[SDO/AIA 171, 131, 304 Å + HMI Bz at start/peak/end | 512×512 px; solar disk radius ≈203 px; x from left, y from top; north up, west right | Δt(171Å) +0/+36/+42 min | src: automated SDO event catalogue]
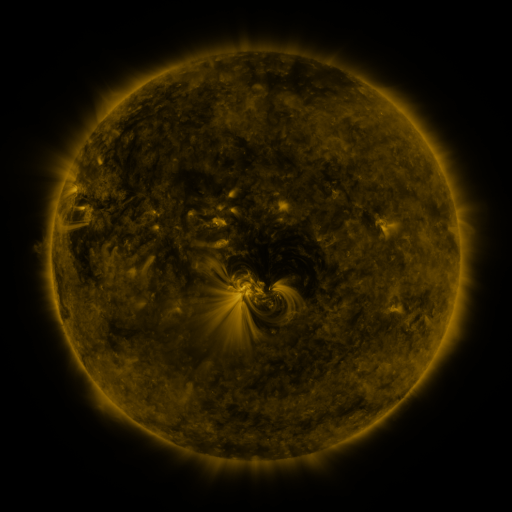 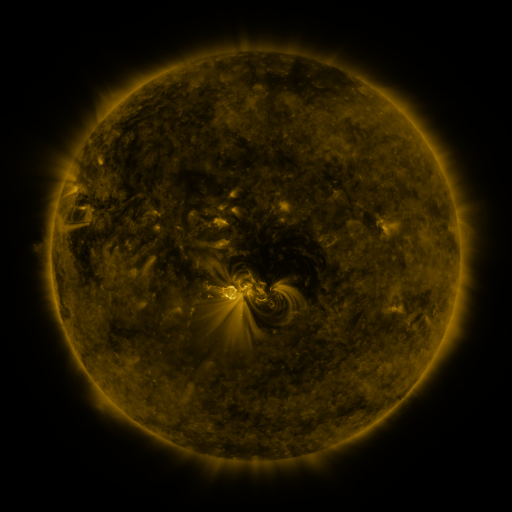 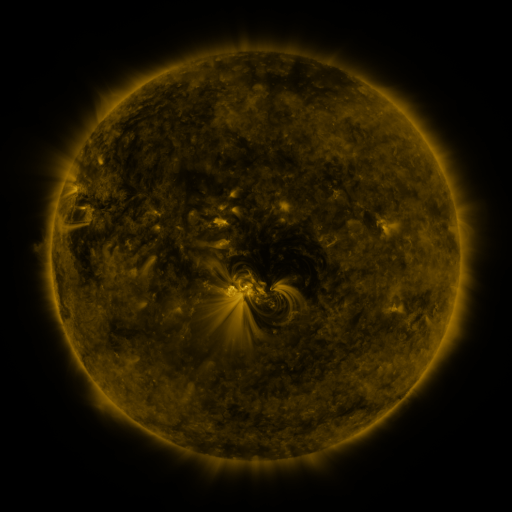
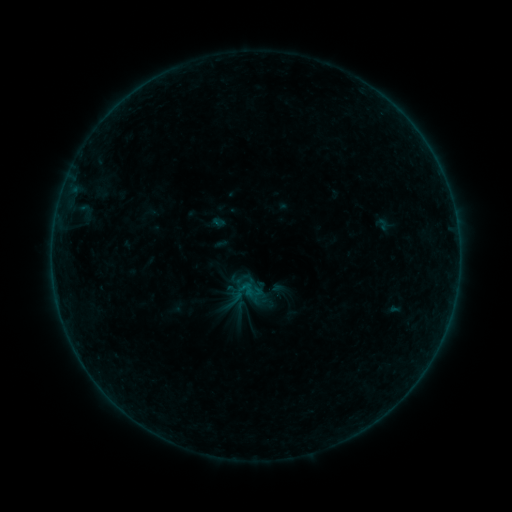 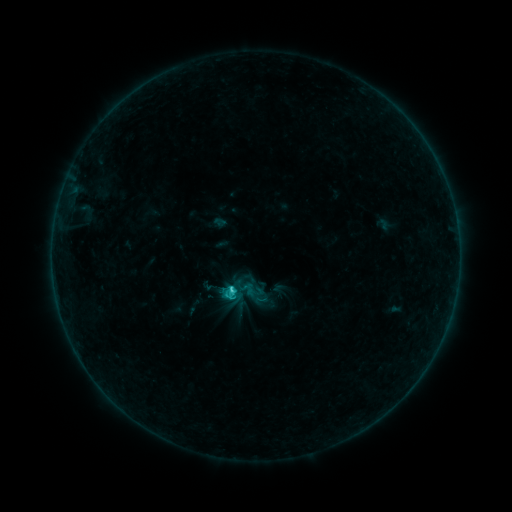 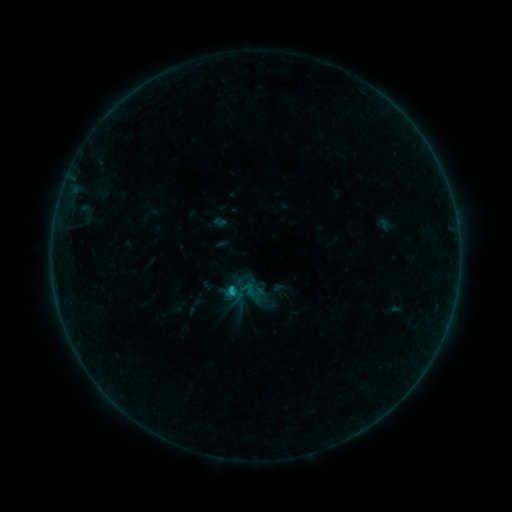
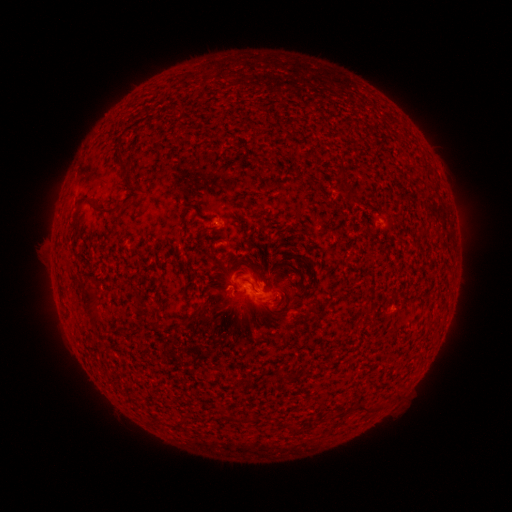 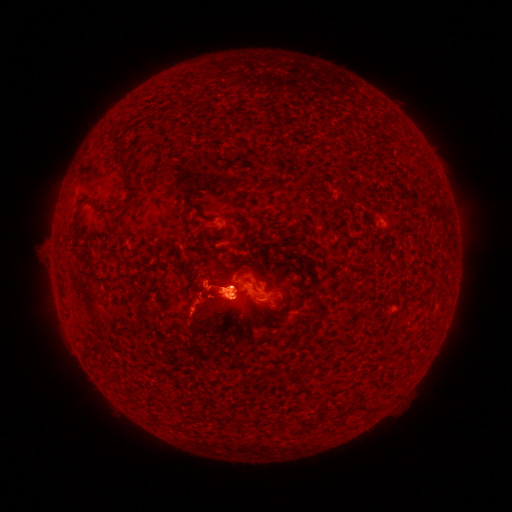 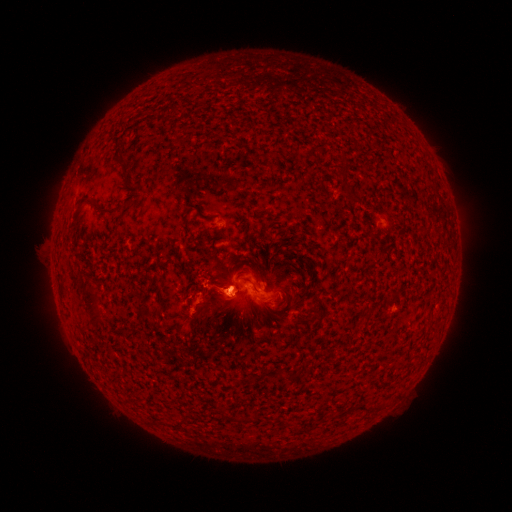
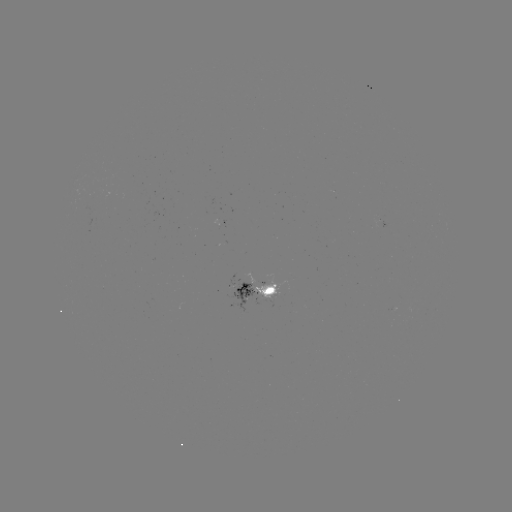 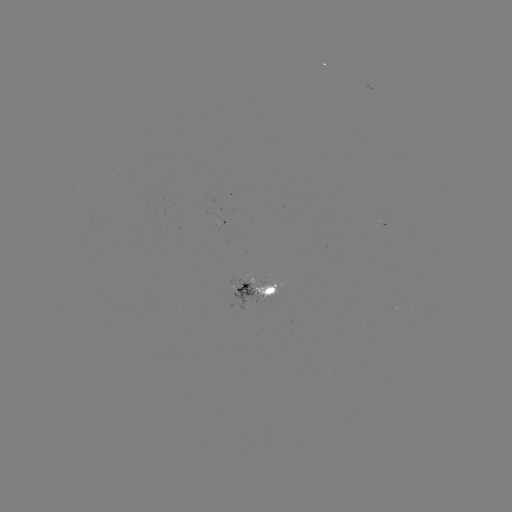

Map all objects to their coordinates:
eruption: (235, 277)
